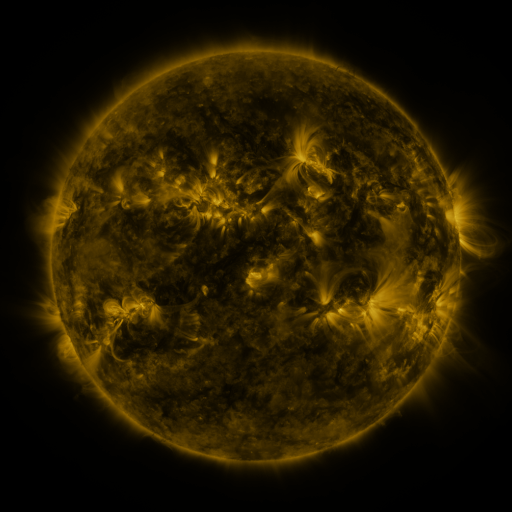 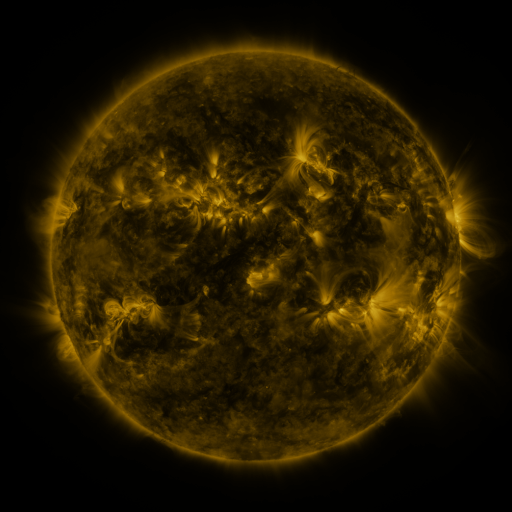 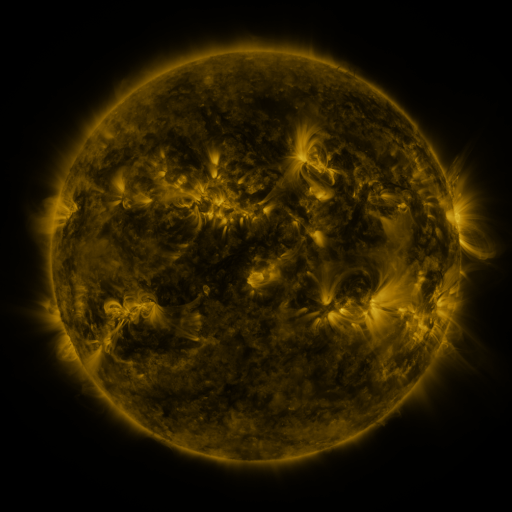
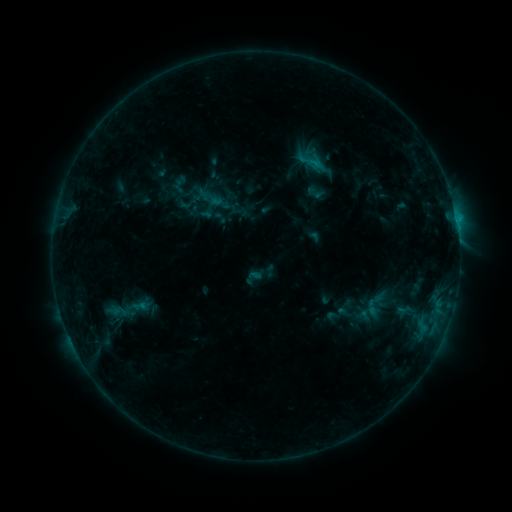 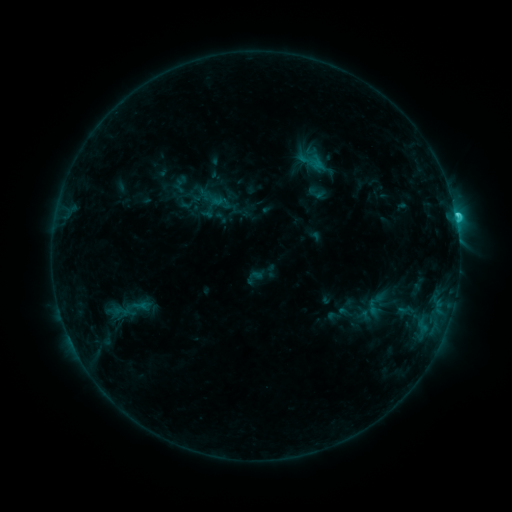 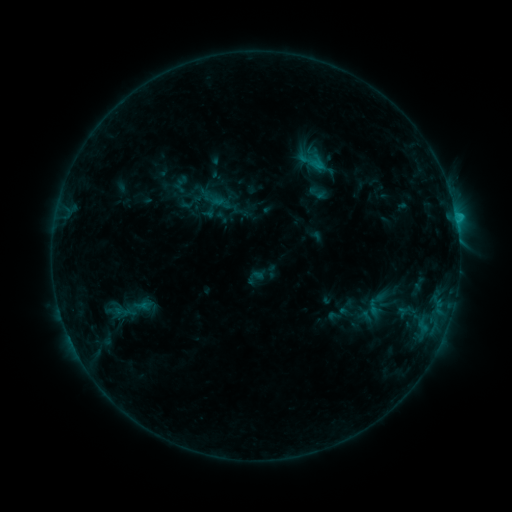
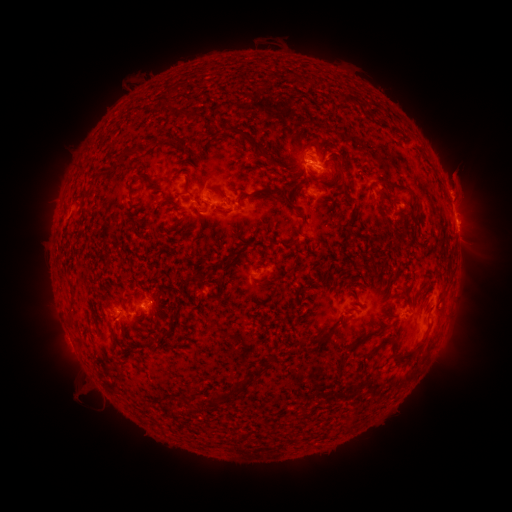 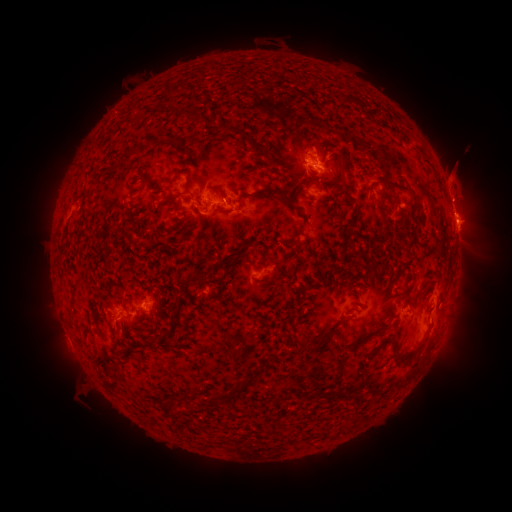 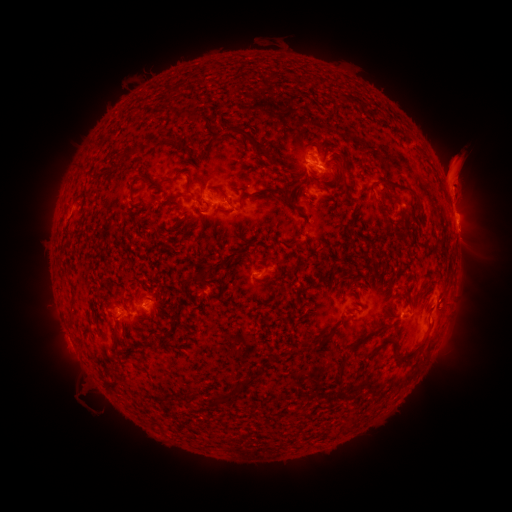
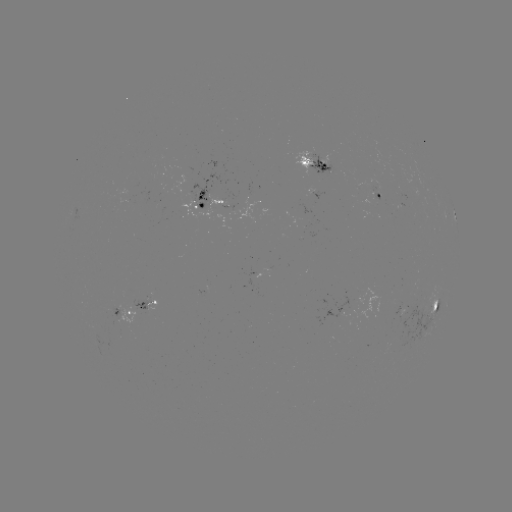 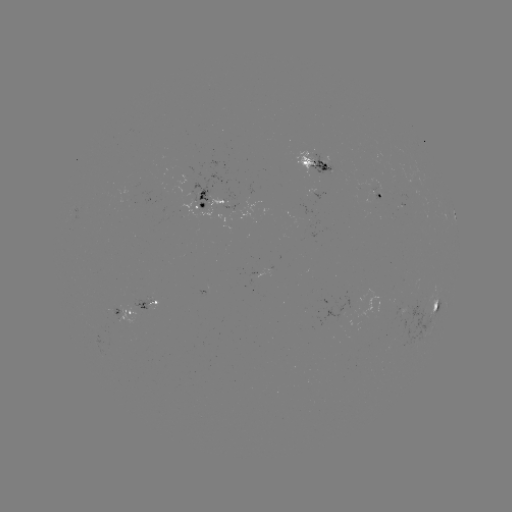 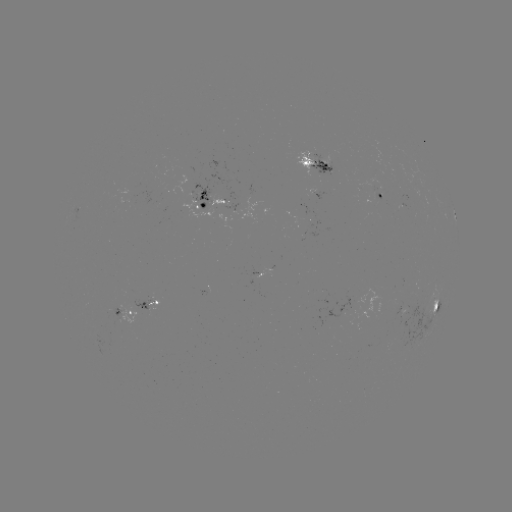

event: eruption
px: (460, 168)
